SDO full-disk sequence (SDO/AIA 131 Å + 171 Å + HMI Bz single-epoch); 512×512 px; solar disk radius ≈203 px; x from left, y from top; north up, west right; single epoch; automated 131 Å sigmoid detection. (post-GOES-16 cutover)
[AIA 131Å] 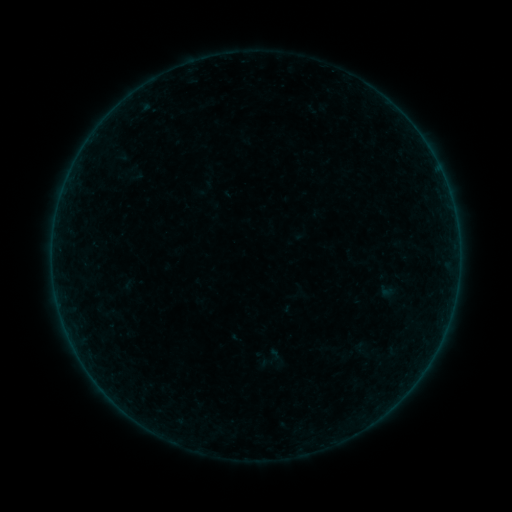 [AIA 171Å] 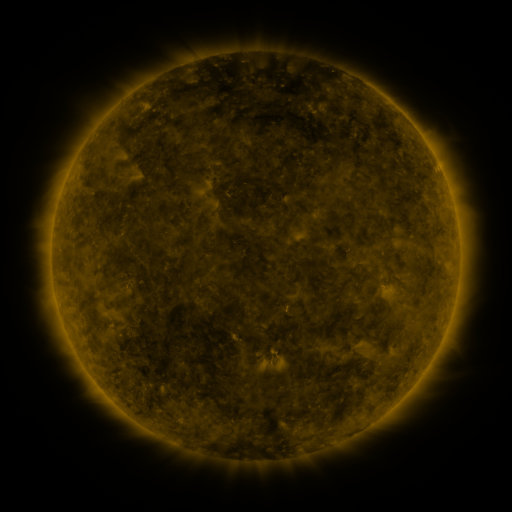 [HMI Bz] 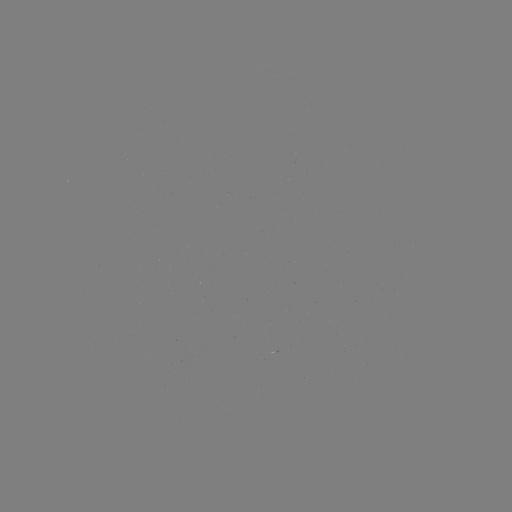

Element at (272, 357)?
sigmoid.